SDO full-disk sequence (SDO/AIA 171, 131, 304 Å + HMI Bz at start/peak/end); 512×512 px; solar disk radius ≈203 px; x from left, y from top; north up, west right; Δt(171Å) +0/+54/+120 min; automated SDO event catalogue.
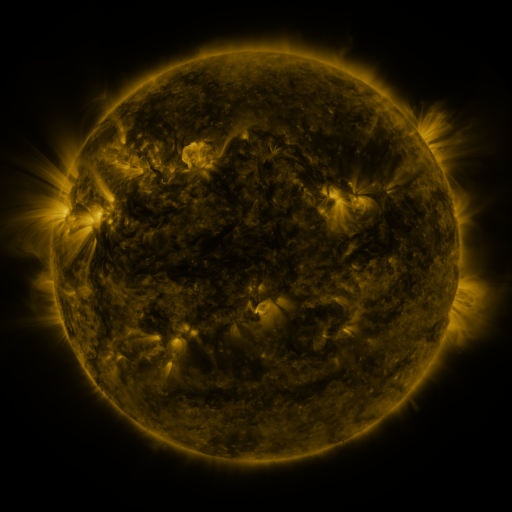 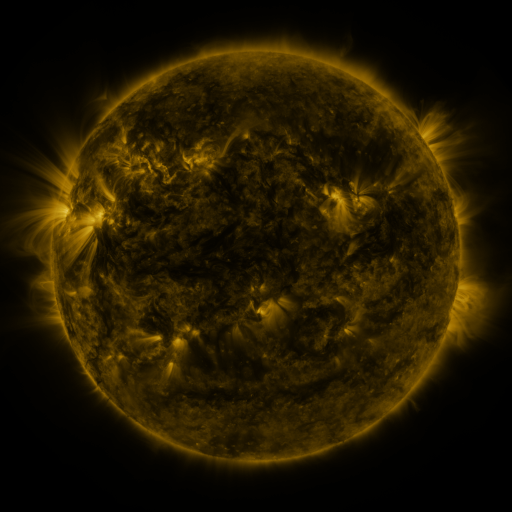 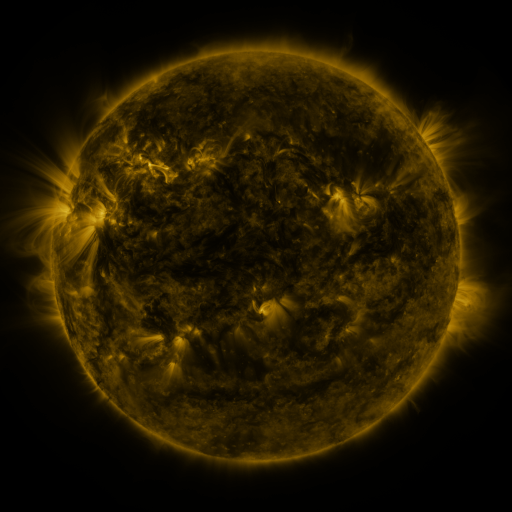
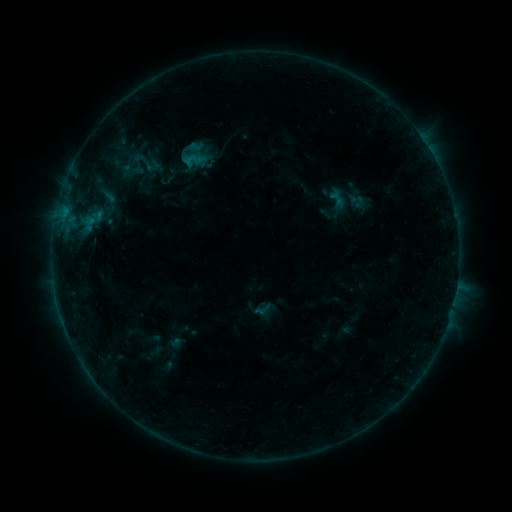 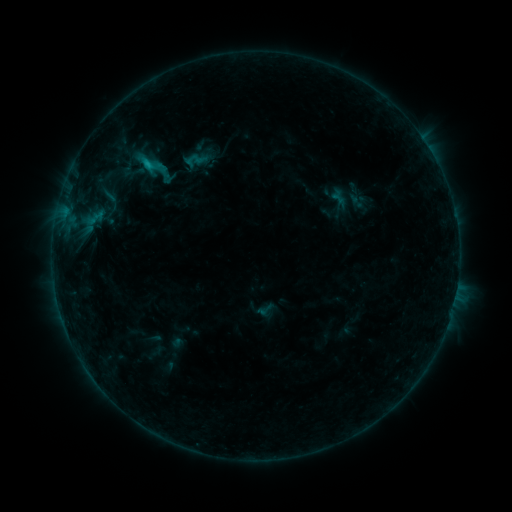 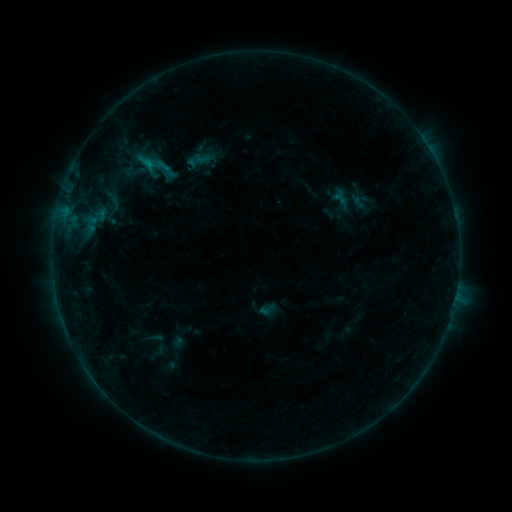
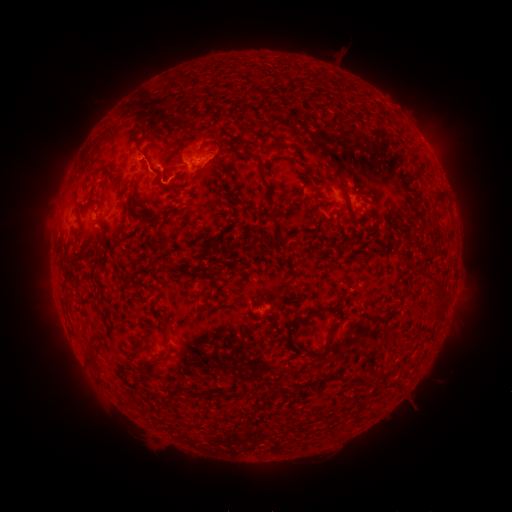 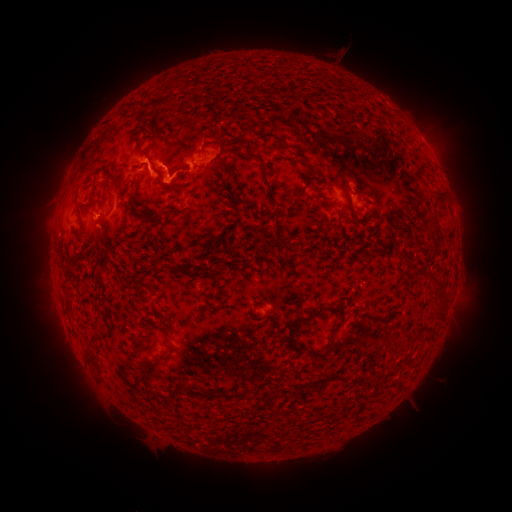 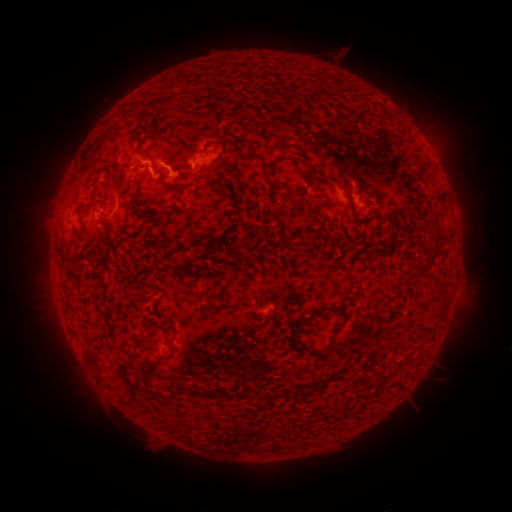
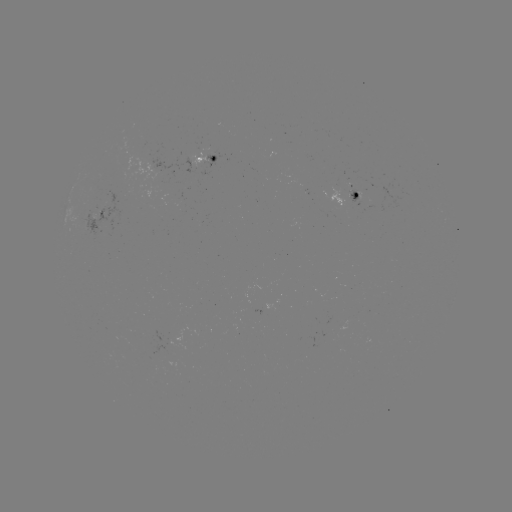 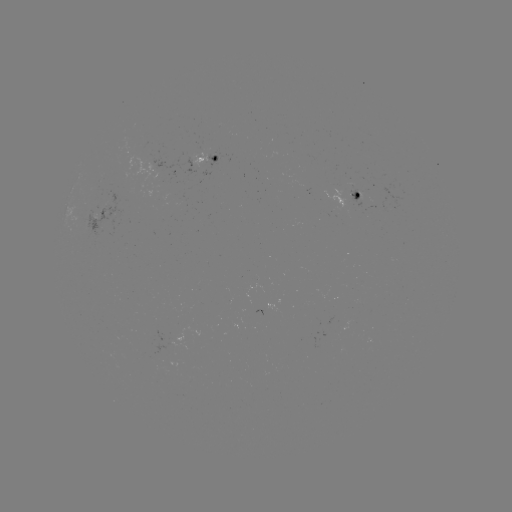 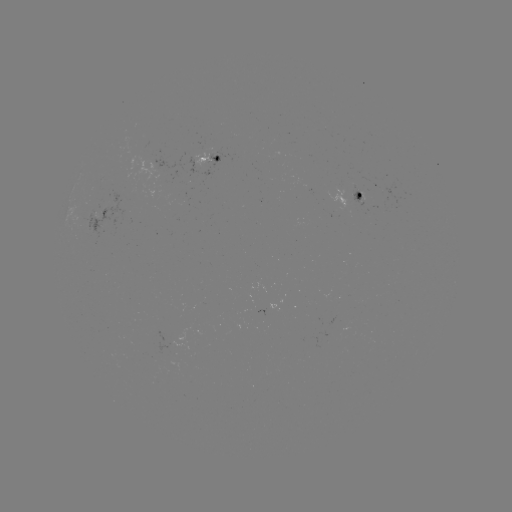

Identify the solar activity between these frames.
C1.3 flare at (149, 165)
